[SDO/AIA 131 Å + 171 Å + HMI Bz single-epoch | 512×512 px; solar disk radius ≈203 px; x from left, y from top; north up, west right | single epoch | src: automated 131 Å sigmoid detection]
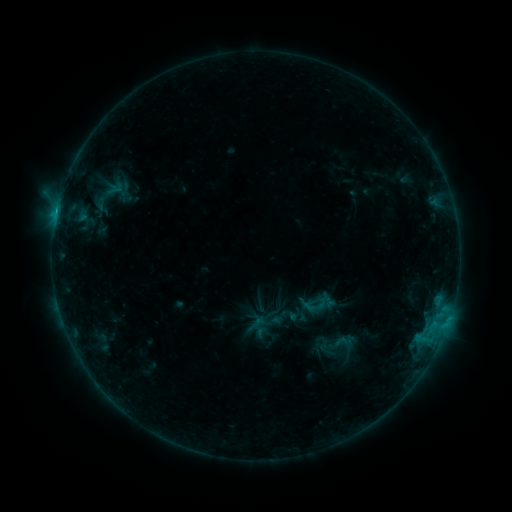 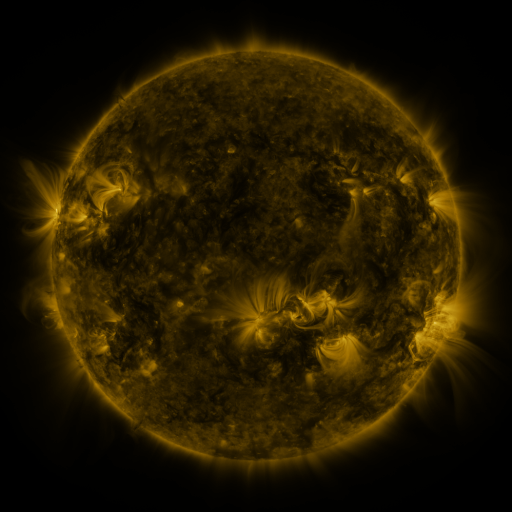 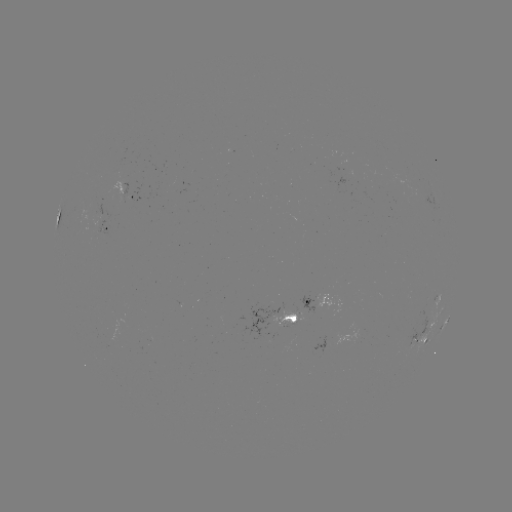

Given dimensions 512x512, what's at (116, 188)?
sigmoid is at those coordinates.